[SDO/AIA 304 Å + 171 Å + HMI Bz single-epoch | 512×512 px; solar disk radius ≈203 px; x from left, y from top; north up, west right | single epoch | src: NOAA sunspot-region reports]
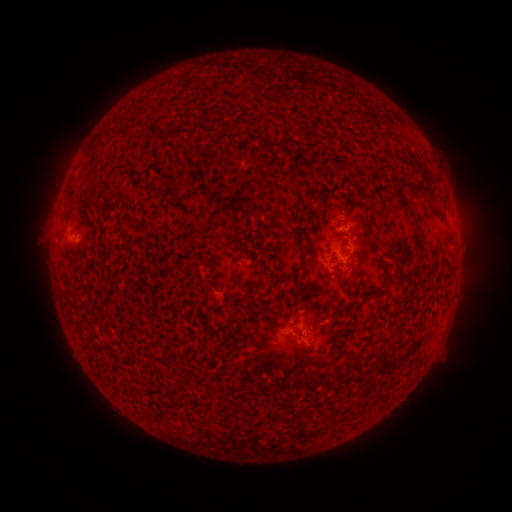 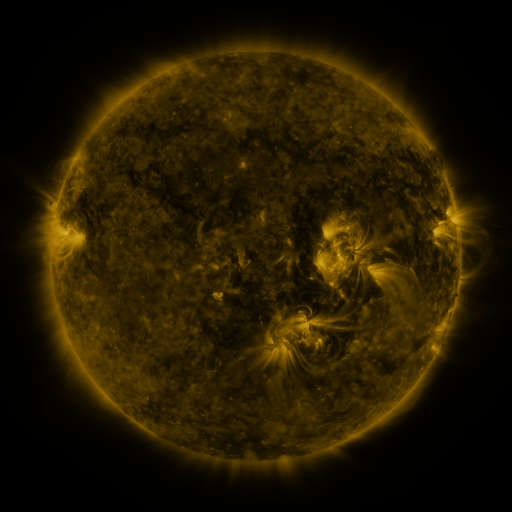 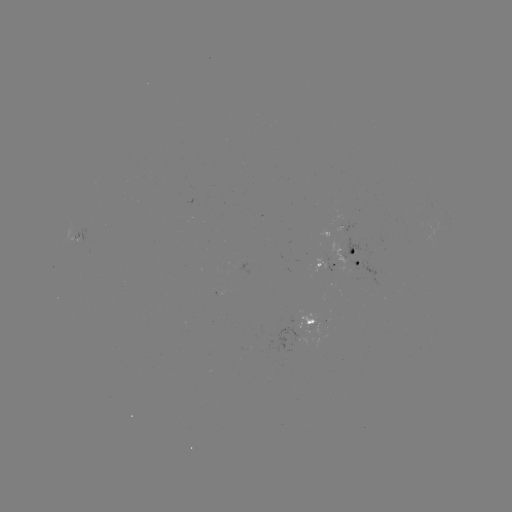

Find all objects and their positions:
spotted active region: (345, 227)
spotted active region: (79, 239)
spotted active region: (357, 258)
spotted active region: (328, 264)
spotted active region: (314, 320)
